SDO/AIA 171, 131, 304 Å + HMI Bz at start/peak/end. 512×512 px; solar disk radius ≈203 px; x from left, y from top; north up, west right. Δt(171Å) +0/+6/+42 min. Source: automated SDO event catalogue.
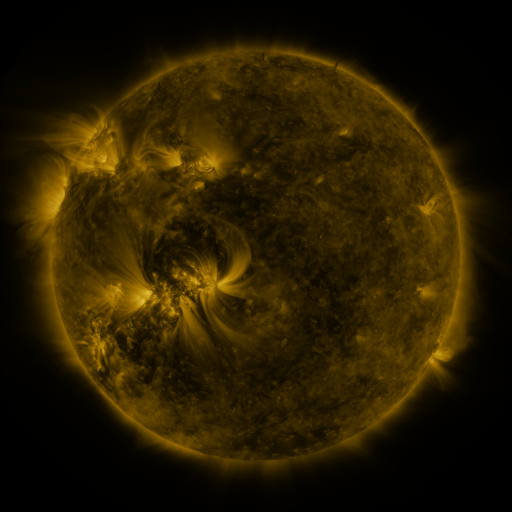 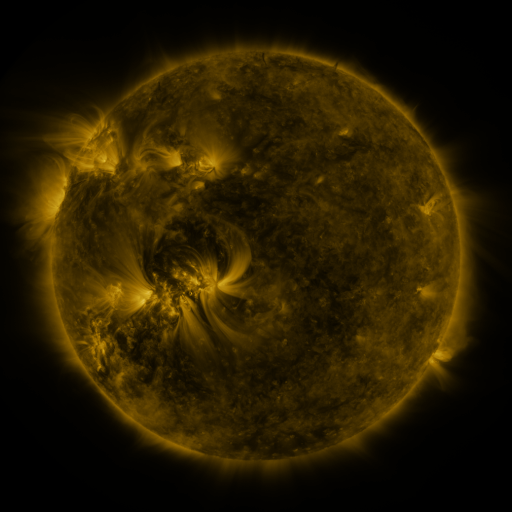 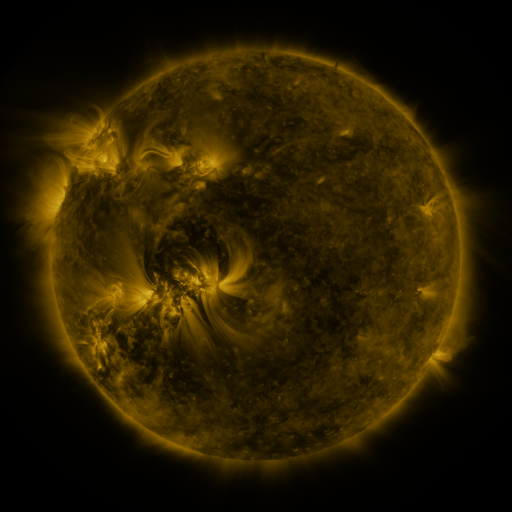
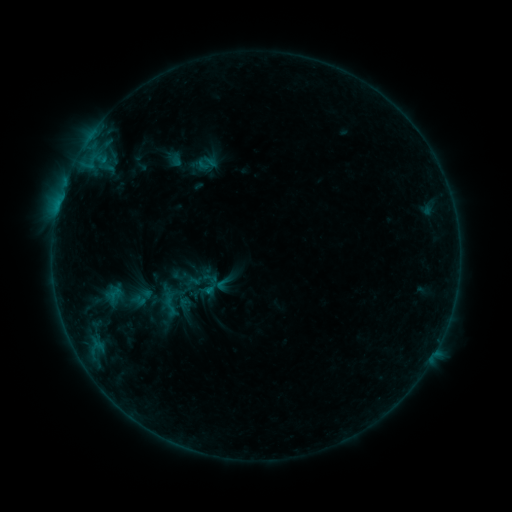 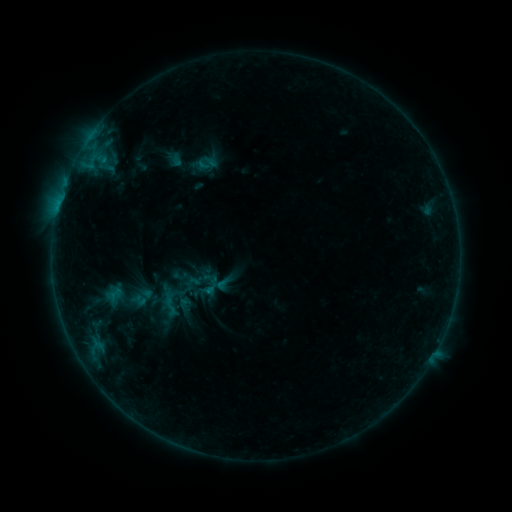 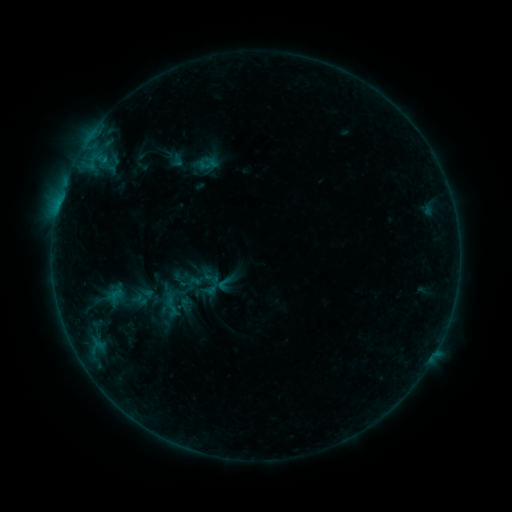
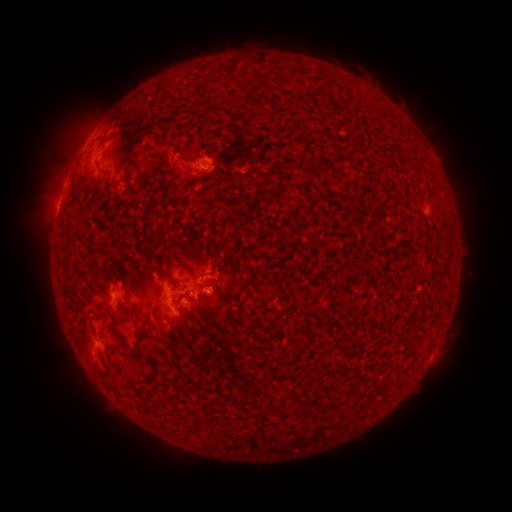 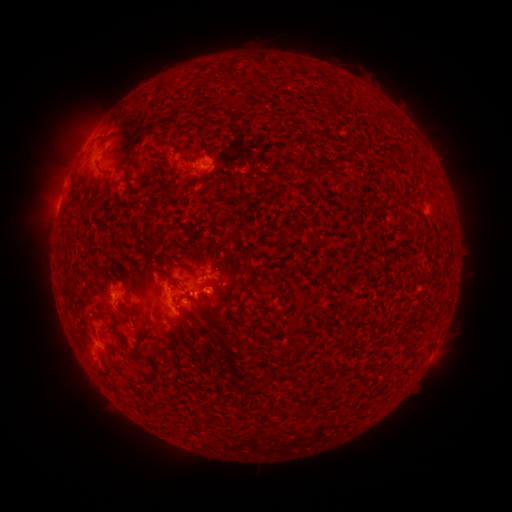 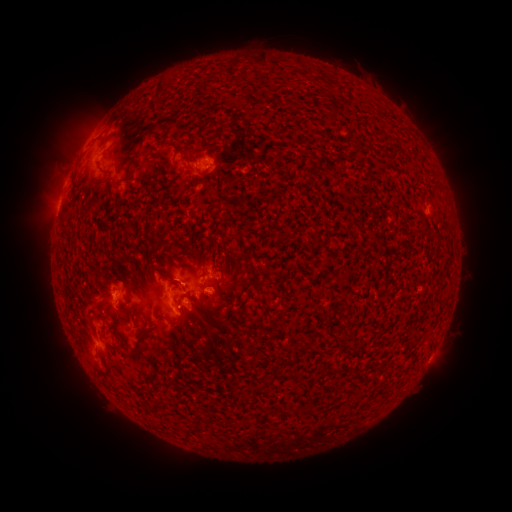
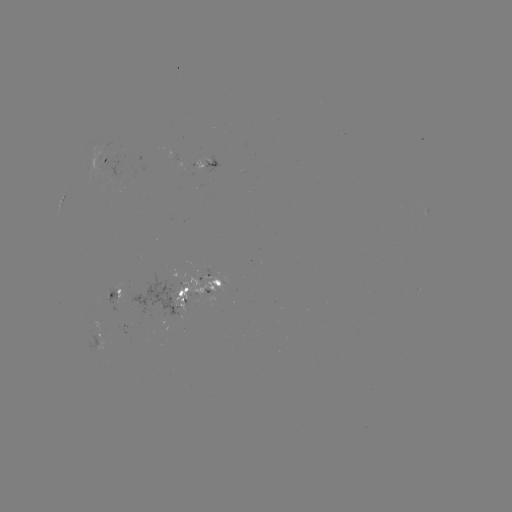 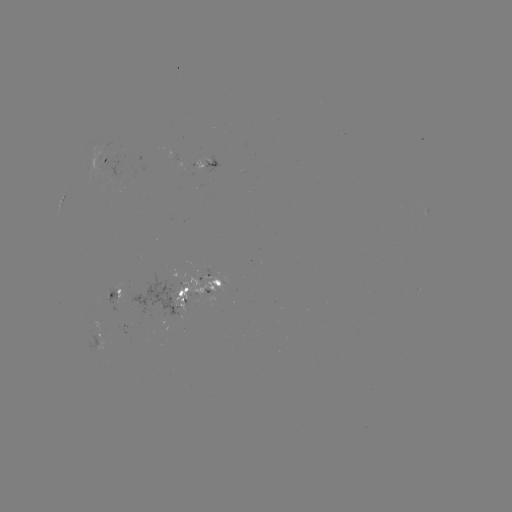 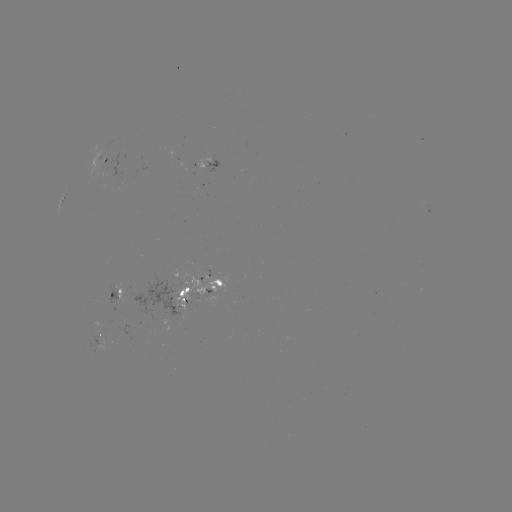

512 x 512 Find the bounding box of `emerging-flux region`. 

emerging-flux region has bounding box [104, 284, 123, 304].